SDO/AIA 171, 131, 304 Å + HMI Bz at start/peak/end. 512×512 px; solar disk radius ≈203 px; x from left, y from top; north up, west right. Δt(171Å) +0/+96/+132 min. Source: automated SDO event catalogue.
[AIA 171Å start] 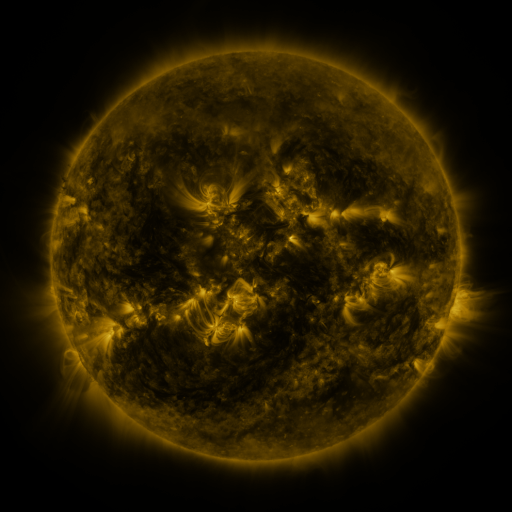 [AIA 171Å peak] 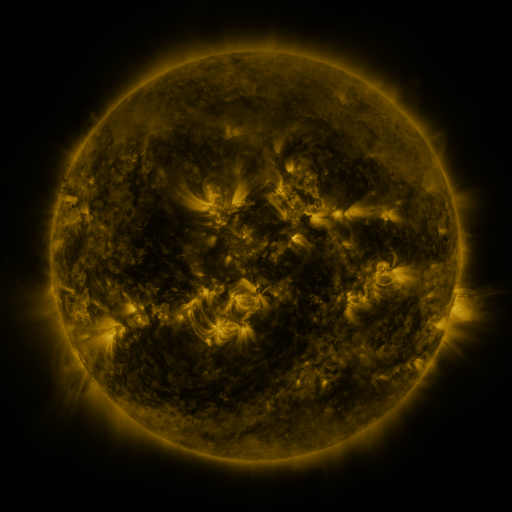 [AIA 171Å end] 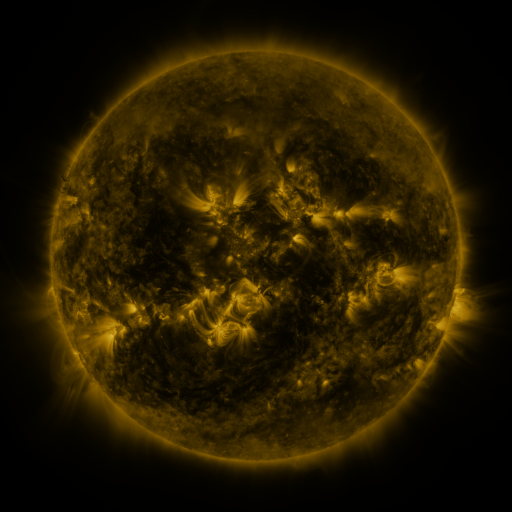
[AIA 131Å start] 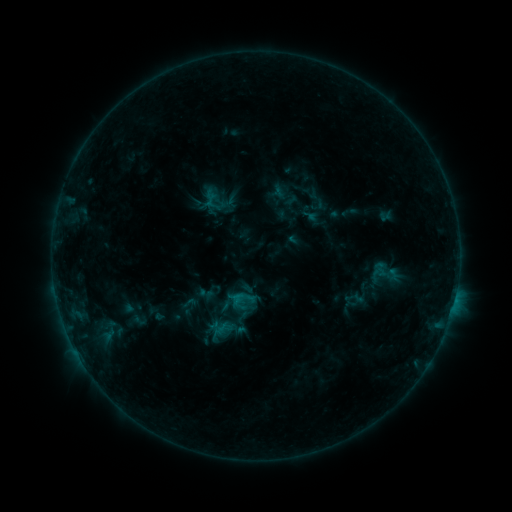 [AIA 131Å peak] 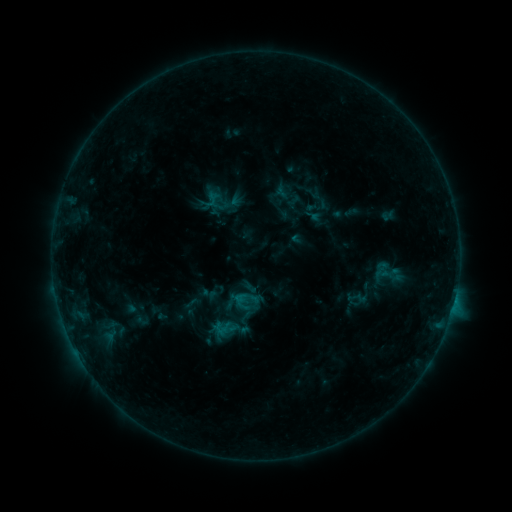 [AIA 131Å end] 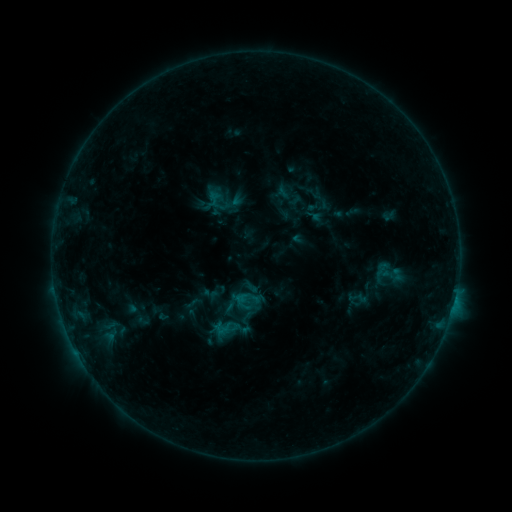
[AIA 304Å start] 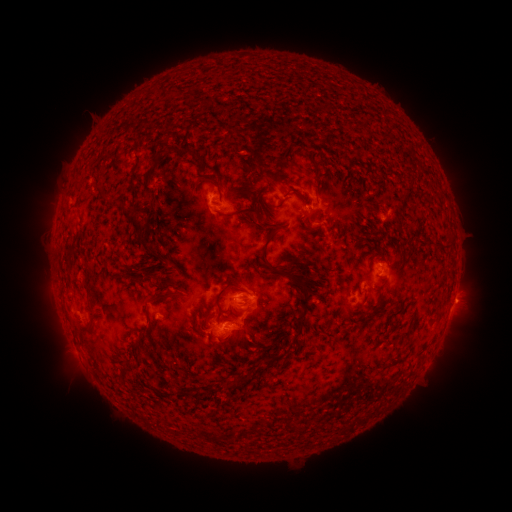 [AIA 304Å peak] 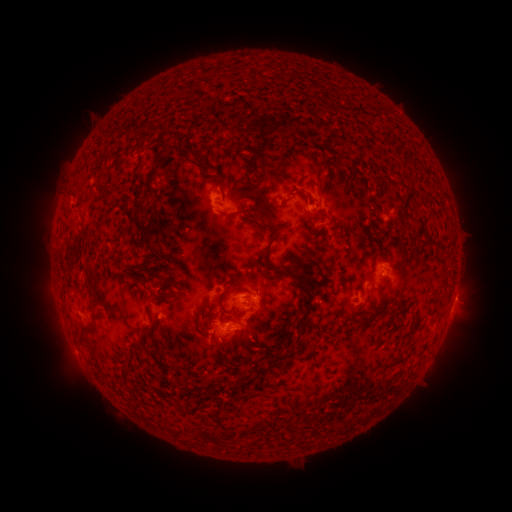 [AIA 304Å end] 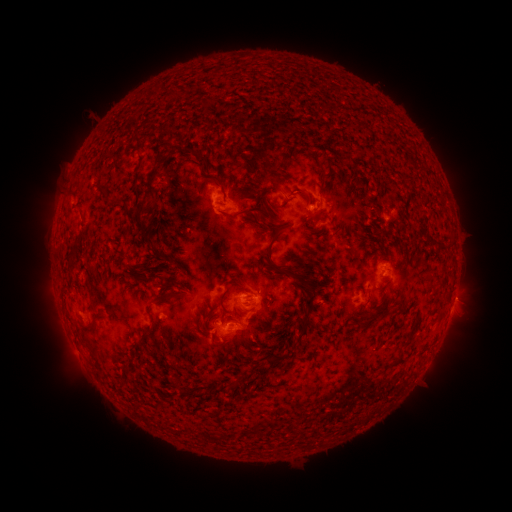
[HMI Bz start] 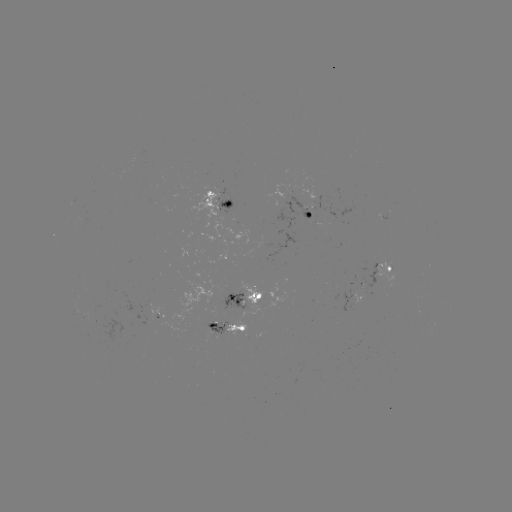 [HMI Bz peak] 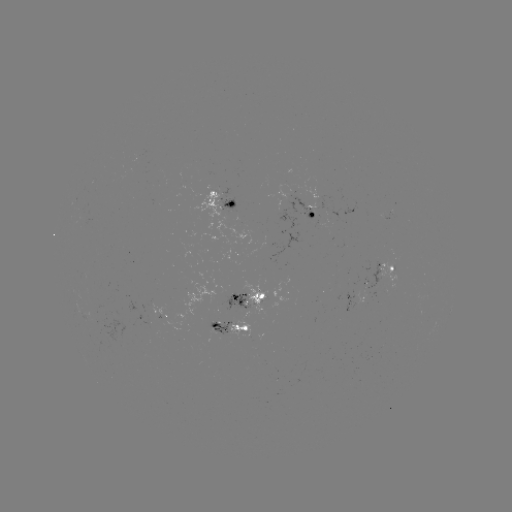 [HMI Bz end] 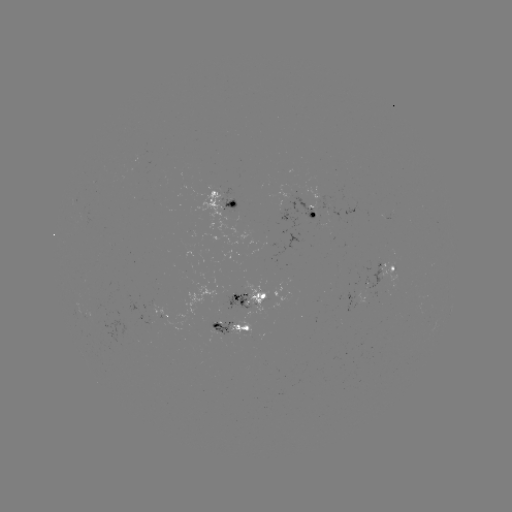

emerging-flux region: (355, 288, 365, 305)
